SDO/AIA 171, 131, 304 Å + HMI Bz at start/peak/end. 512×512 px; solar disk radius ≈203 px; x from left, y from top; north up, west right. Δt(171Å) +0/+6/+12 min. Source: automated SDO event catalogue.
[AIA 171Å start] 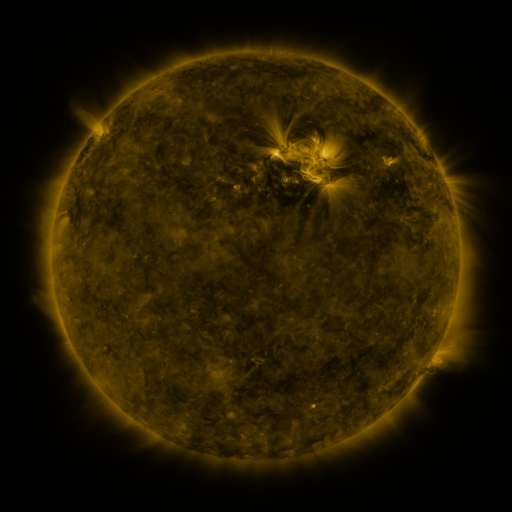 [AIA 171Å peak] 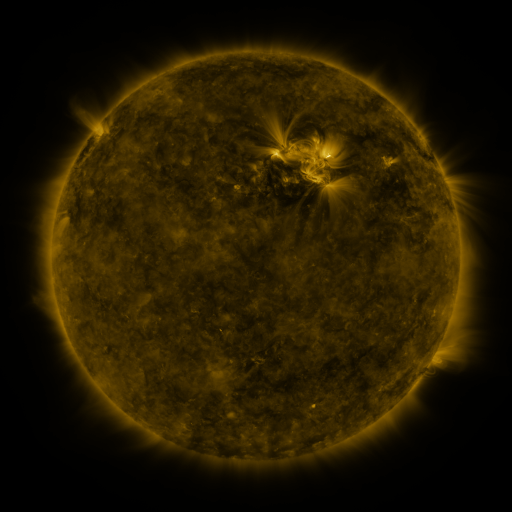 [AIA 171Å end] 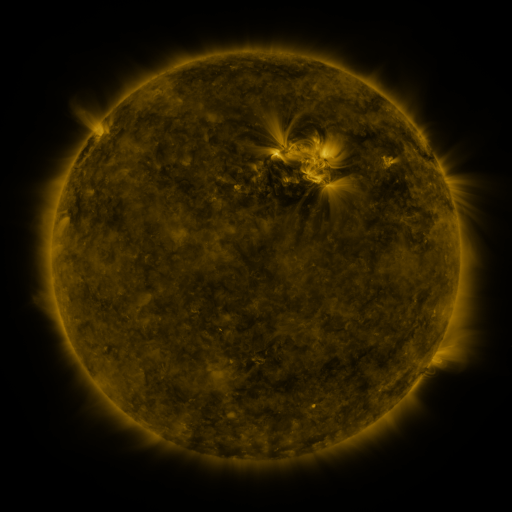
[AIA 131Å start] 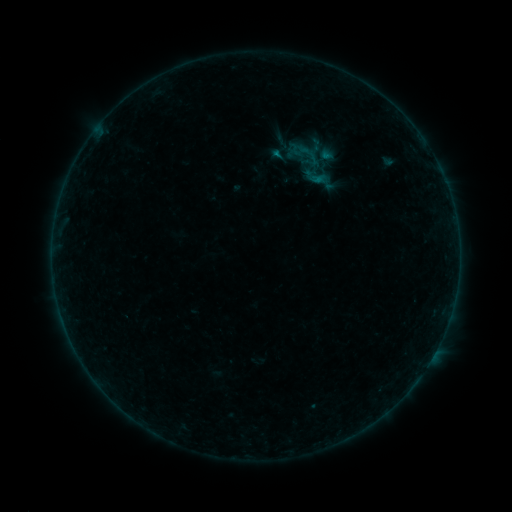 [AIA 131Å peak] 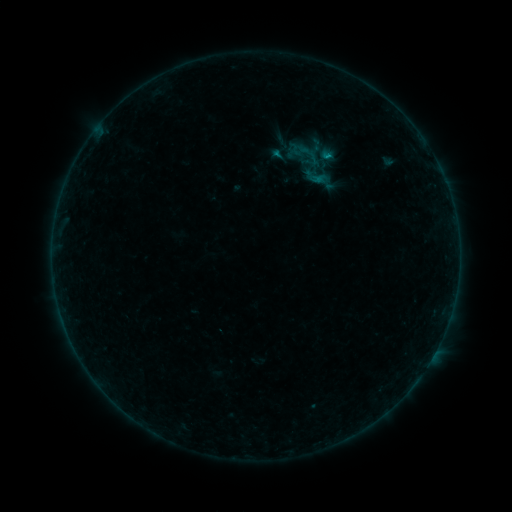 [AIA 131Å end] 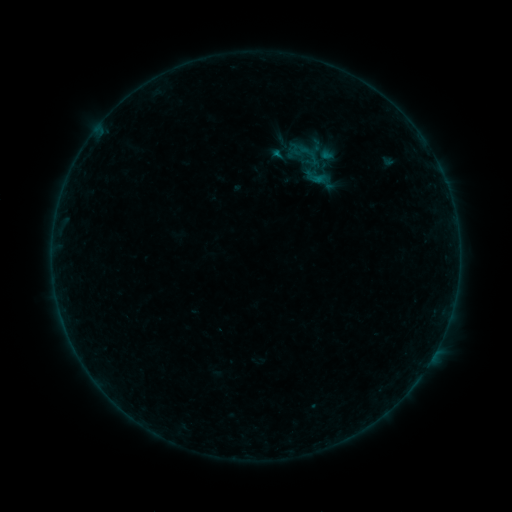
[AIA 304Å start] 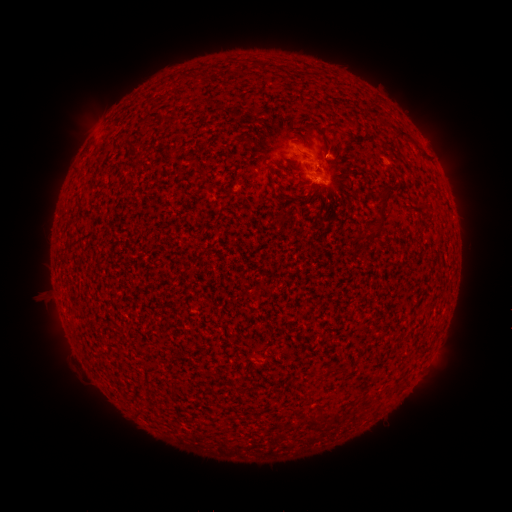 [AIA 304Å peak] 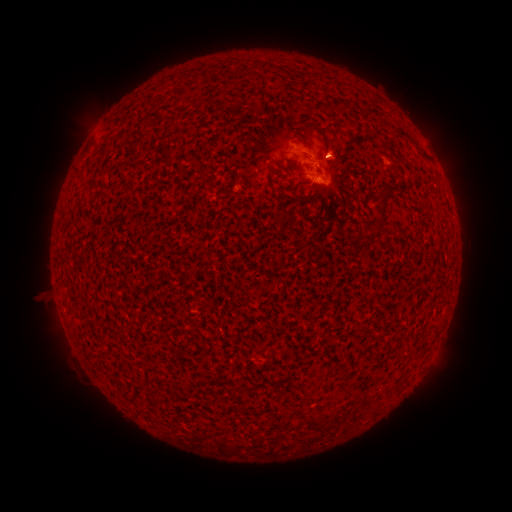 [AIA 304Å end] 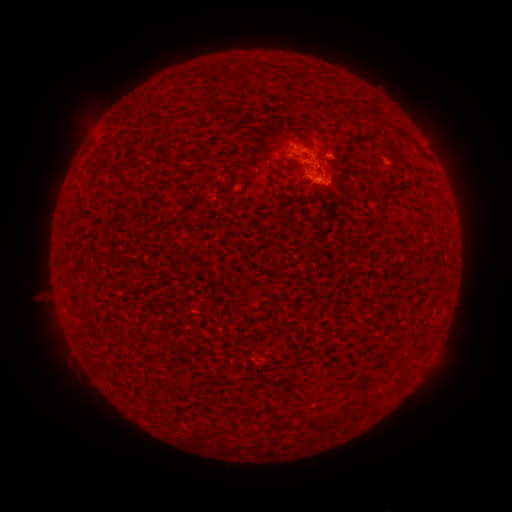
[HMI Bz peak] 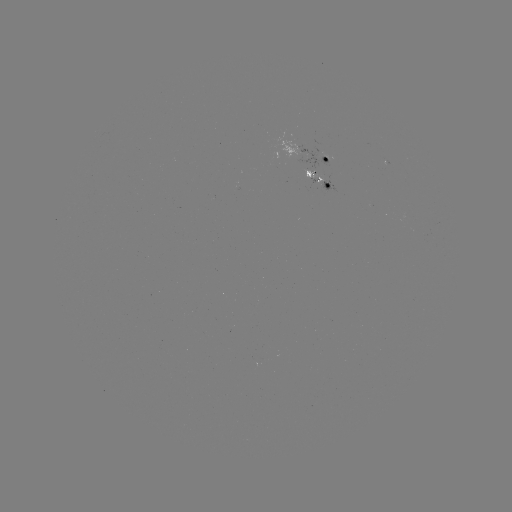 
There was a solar flare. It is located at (328, 157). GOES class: B2.3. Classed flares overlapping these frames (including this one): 1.